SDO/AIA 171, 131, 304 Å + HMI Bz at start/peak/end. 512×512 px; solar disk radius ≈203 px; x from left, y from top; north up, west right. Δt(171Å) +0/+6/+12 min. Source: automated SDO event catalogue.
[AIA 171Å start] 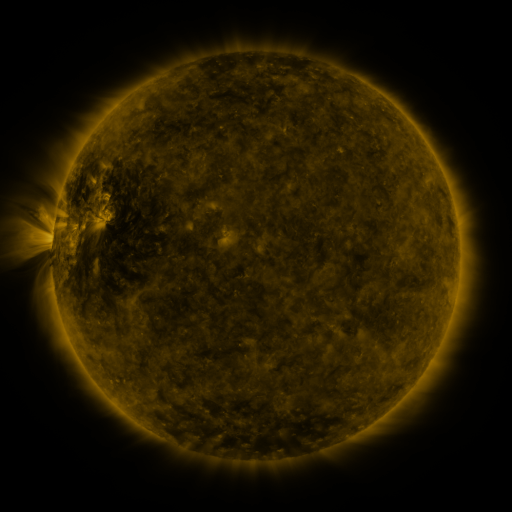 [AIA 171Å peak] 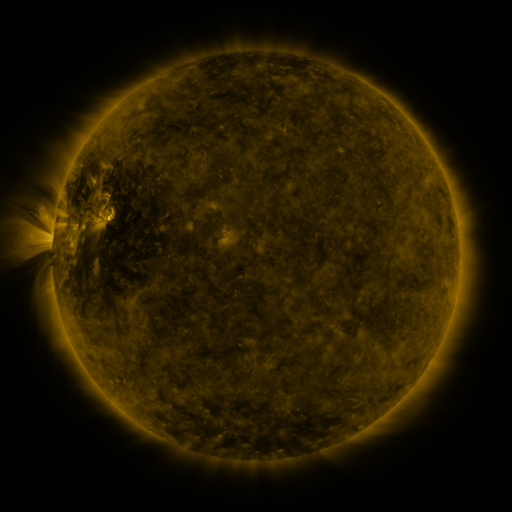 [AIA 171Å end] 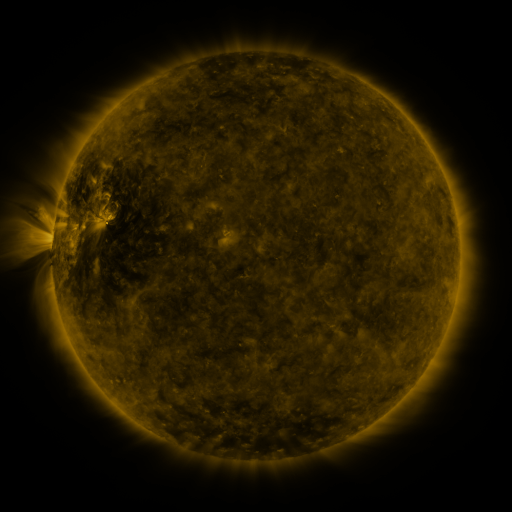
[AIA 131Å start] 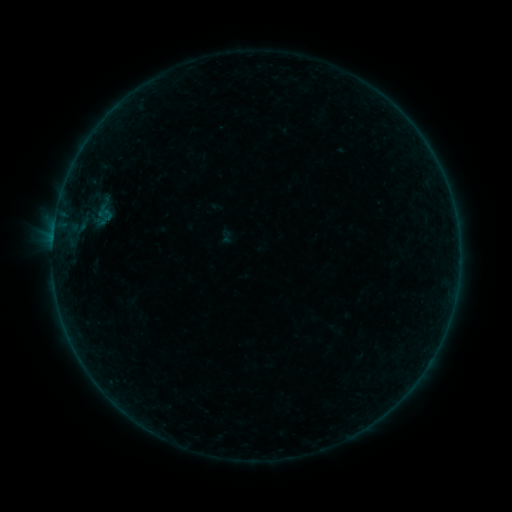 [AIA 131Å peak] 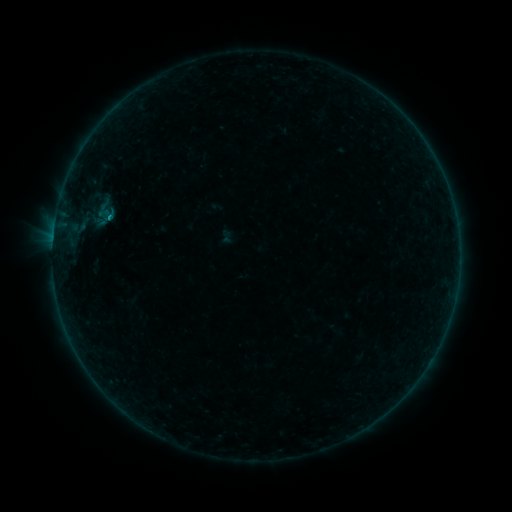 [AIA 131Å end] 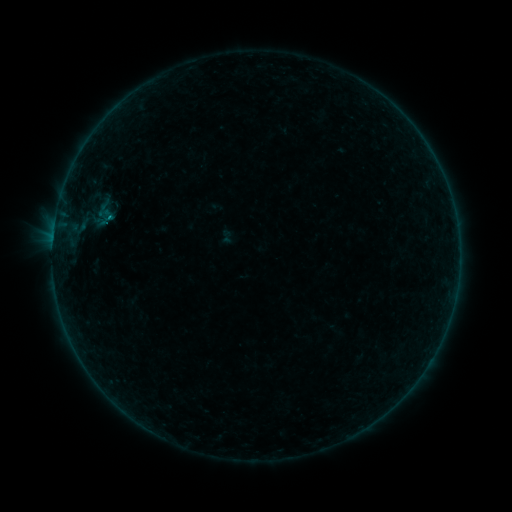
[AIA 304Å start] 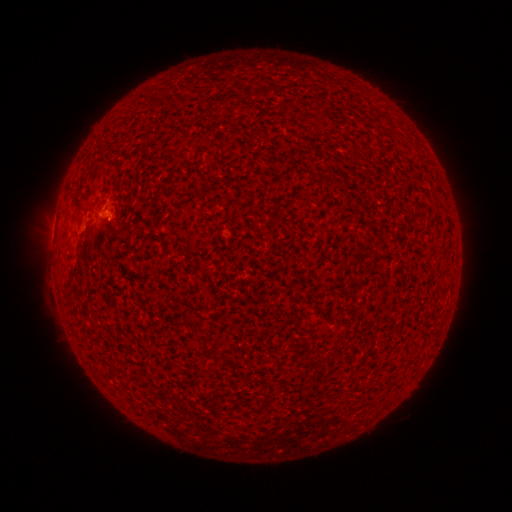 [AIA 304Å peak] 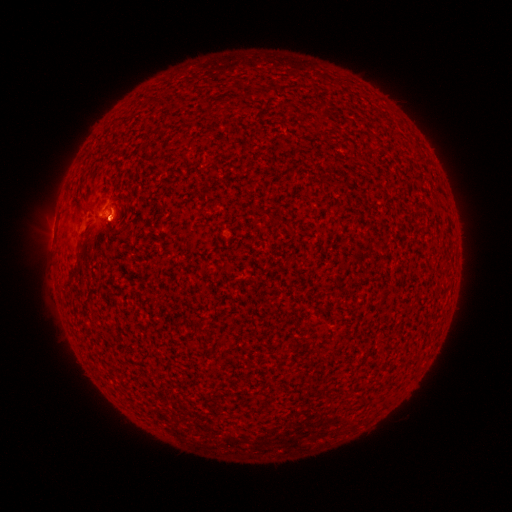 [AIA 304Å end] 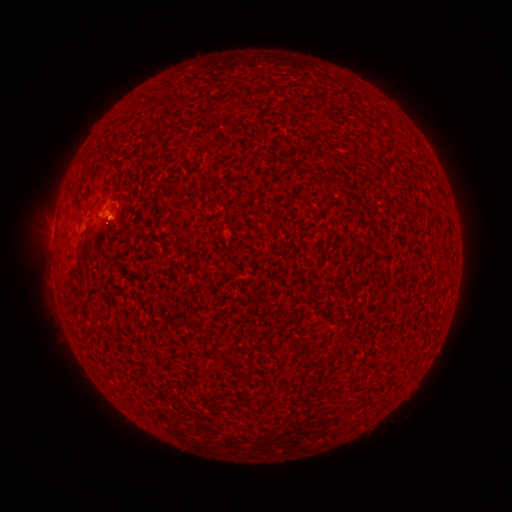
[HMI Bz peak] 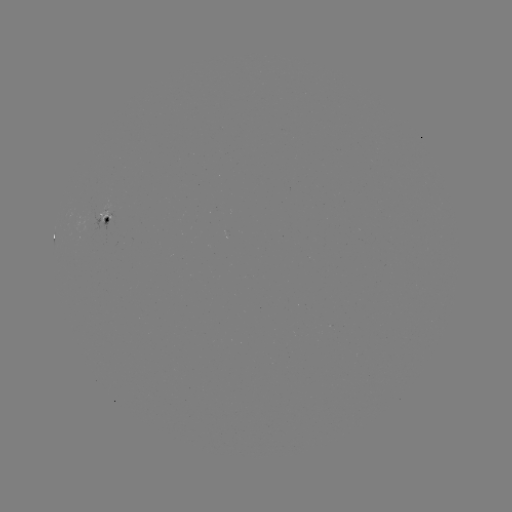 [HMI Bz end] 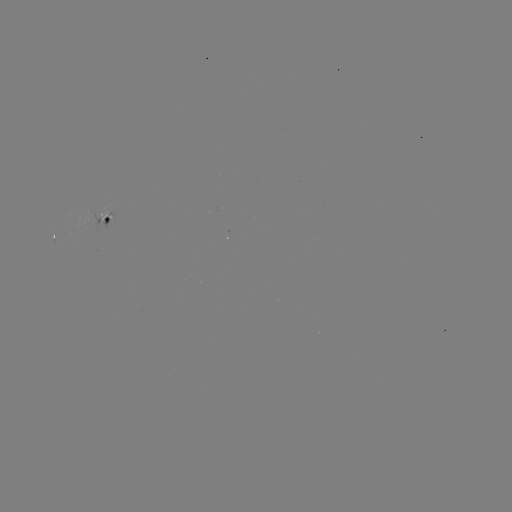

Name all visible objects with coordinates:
B2.5 flare: (110, 218)
